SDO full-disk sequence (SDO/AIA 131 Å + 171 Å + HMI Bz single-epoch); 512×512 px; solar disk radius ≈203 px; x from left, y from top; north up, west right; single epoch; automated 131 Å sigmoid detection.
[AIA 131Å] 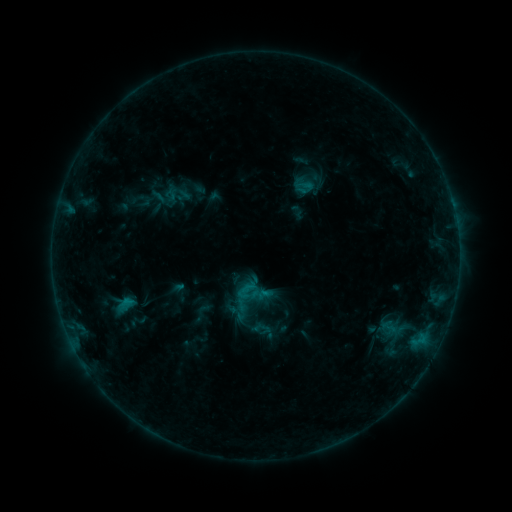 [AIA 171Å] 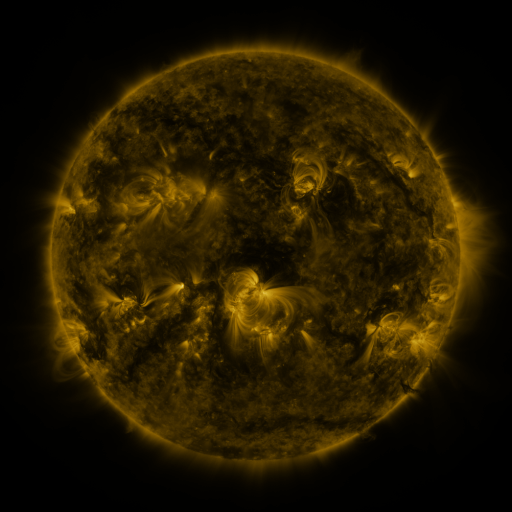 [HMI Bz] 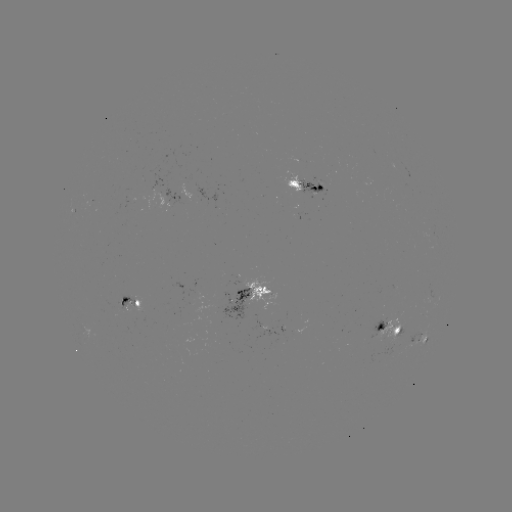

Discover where sigmoid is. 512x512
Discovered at [305, 178].